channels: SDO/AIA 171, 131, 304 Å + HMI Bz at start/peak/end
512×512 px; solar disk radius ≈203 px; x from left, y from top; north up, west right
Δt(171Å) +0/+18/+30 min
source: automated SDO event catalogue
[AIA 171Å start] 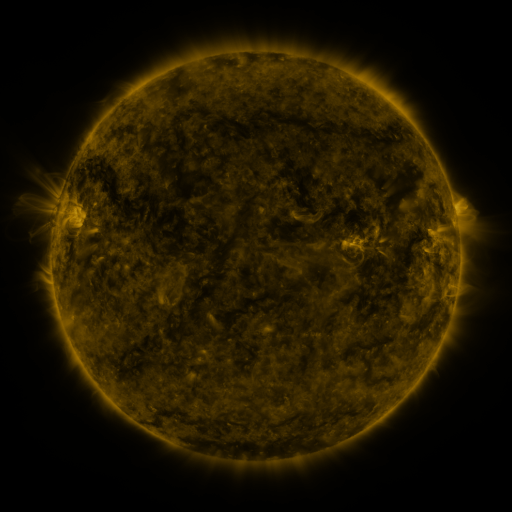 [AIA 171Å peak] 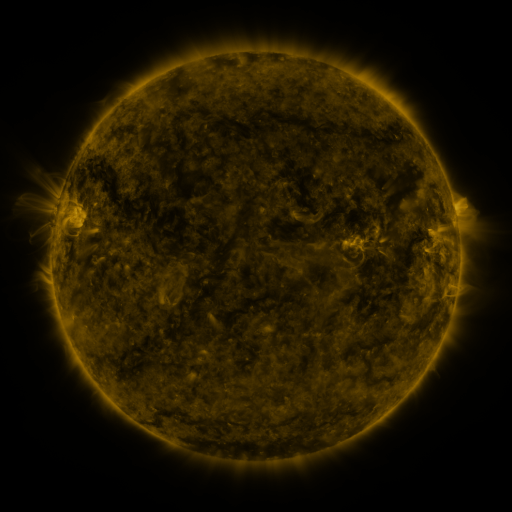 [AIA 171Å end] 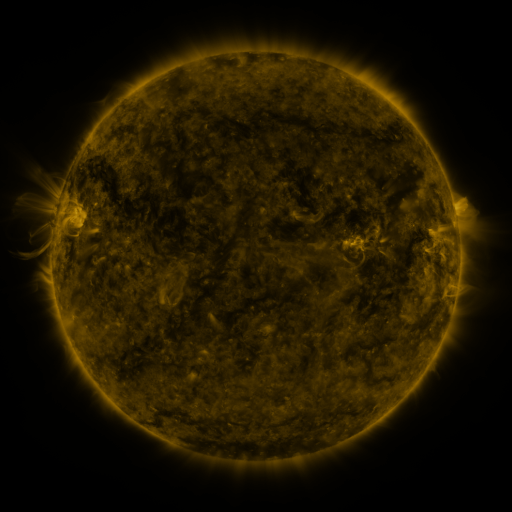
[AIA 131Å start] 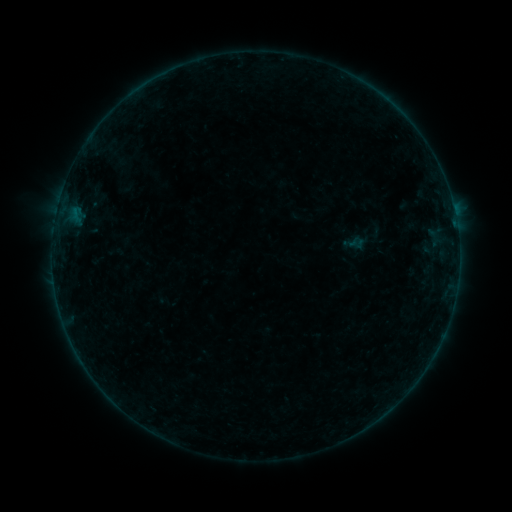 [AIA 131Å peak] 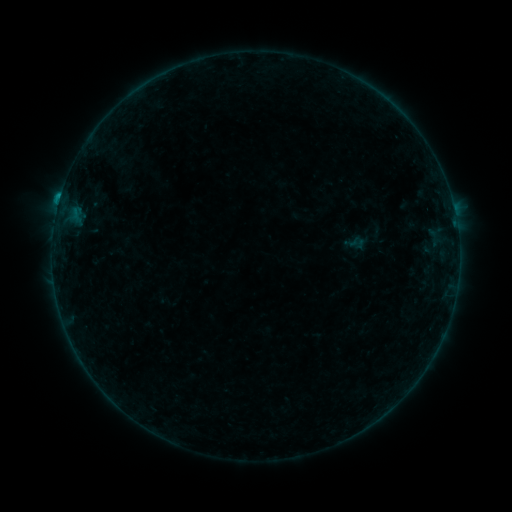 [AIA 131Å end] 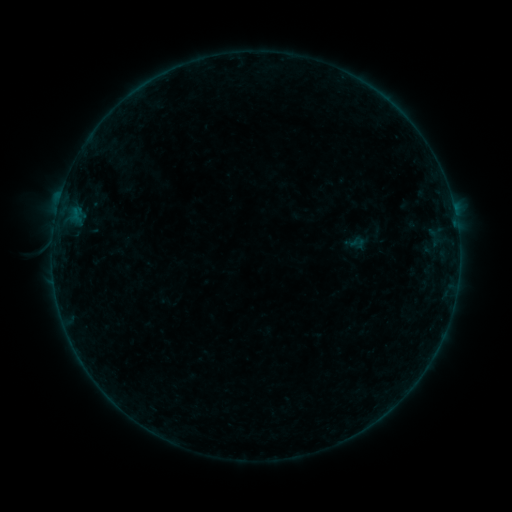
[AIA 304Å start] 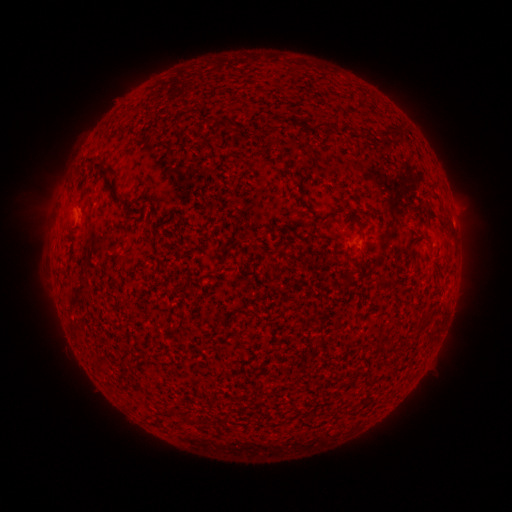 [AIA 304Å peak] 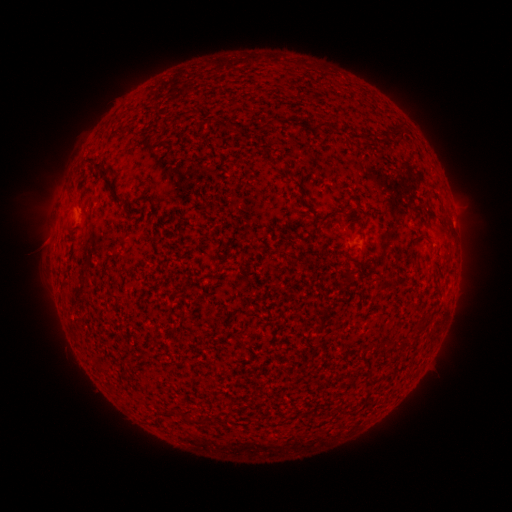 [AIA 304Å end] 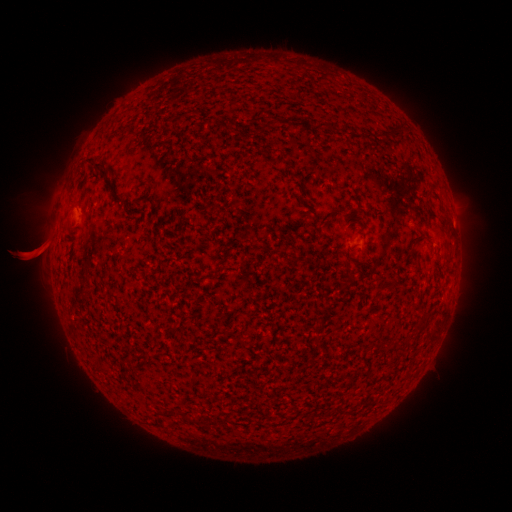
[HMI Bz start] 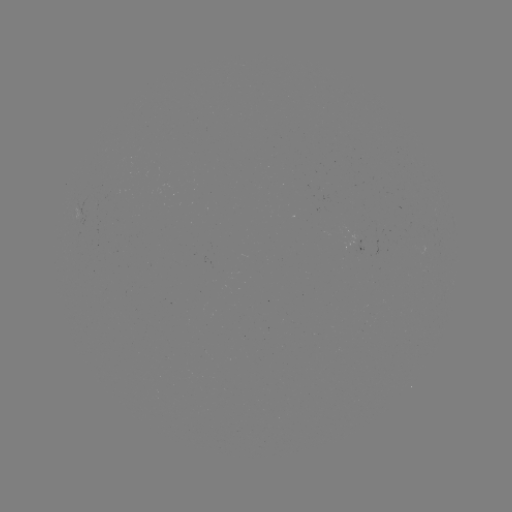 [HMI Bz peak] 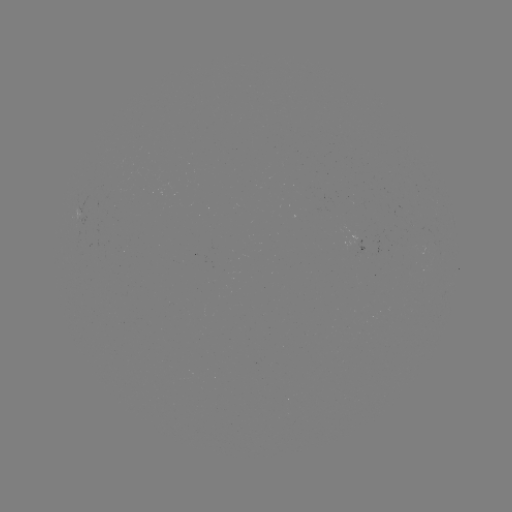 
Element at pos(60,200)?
B4.4 flare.